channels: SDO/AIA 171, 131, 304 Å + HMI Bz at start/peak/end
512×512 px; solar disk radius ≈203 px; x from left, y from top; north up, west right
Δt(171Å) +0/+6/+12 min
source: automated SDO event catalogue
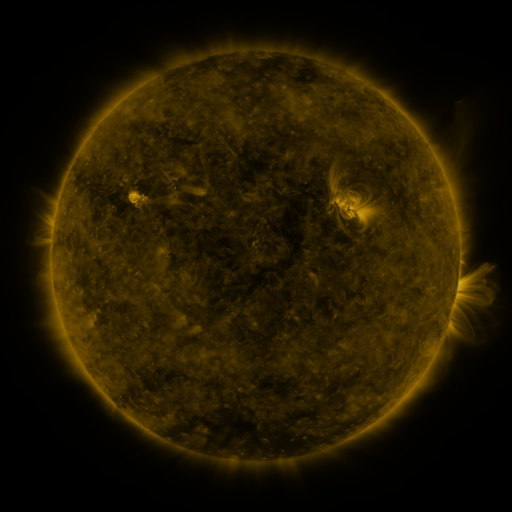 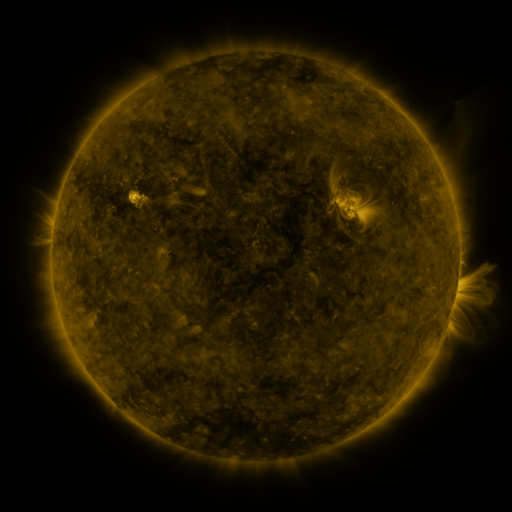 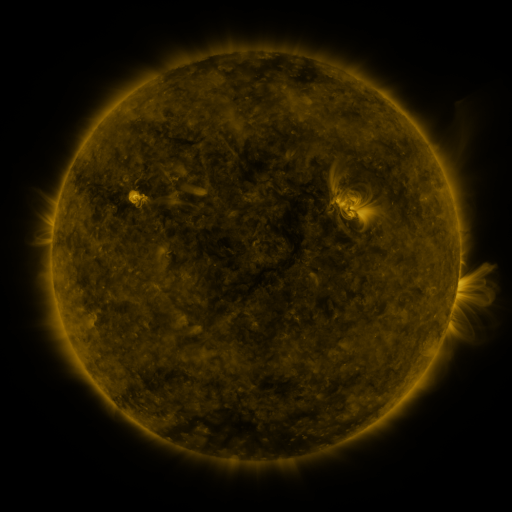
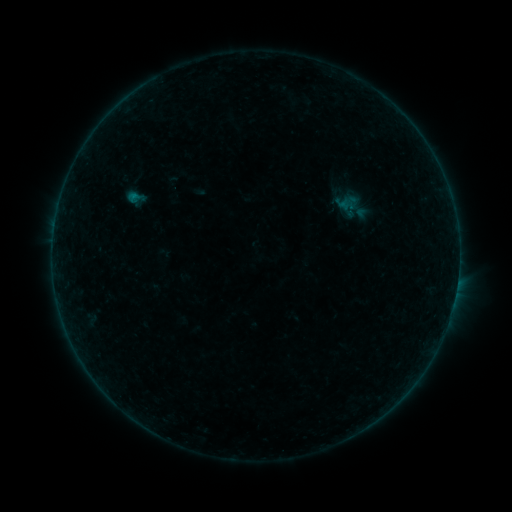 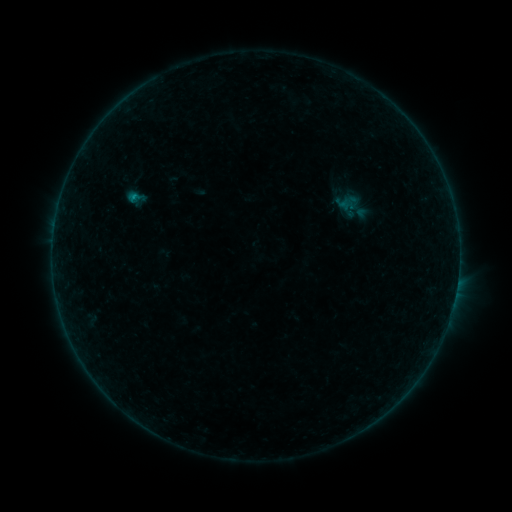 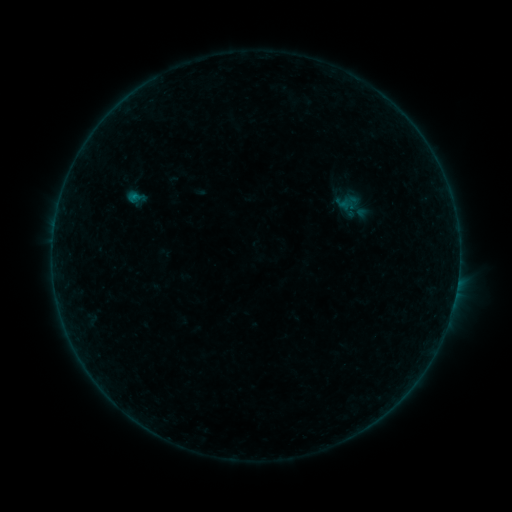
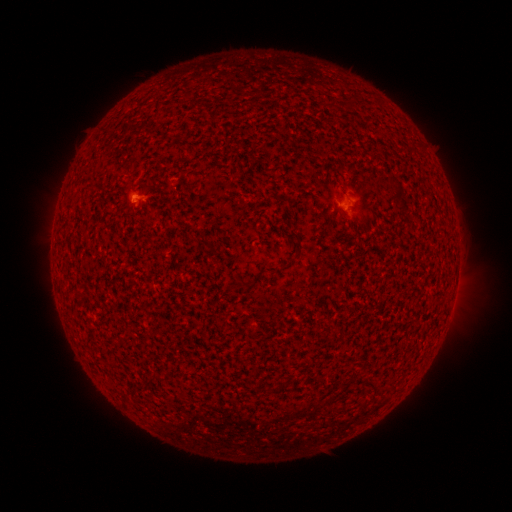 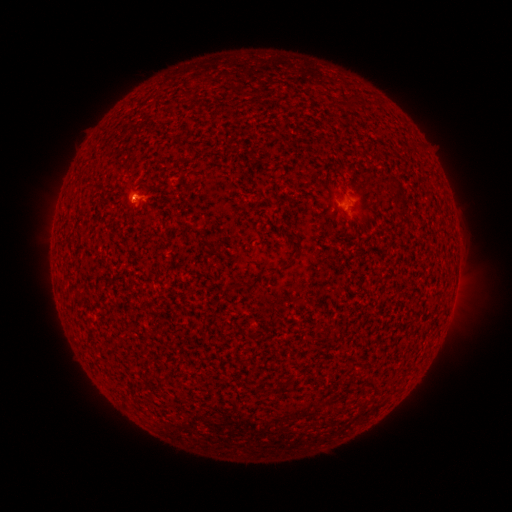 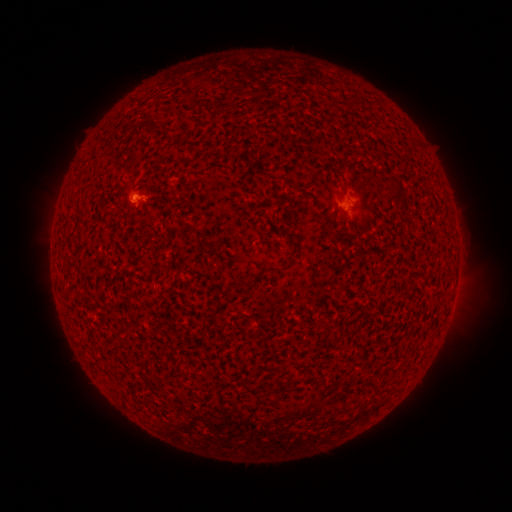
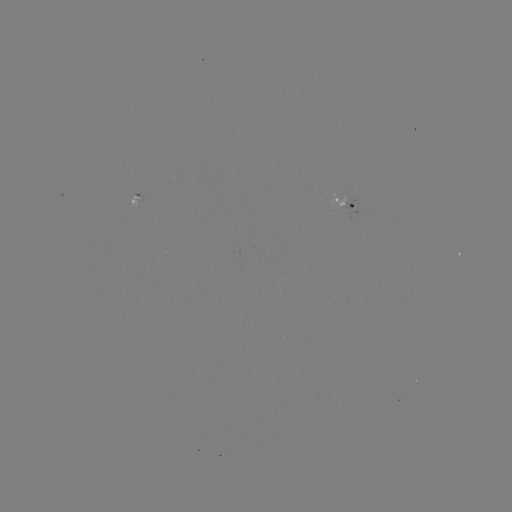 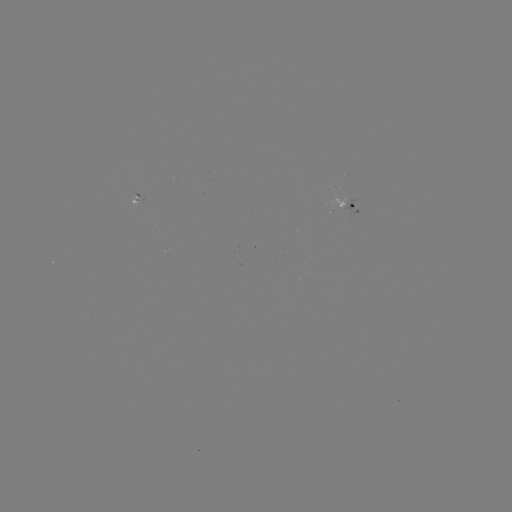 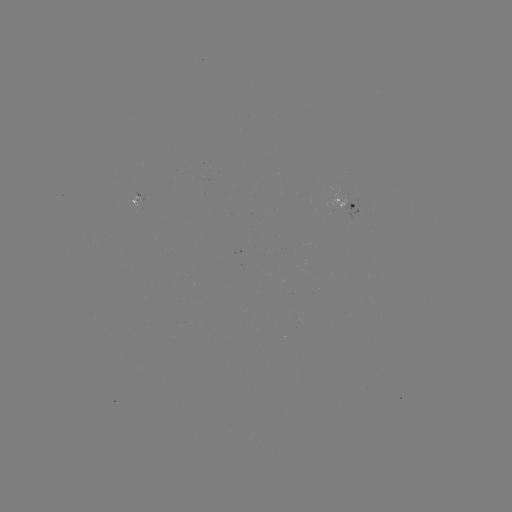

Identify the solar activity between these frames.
B1.4 flare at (133, 200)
